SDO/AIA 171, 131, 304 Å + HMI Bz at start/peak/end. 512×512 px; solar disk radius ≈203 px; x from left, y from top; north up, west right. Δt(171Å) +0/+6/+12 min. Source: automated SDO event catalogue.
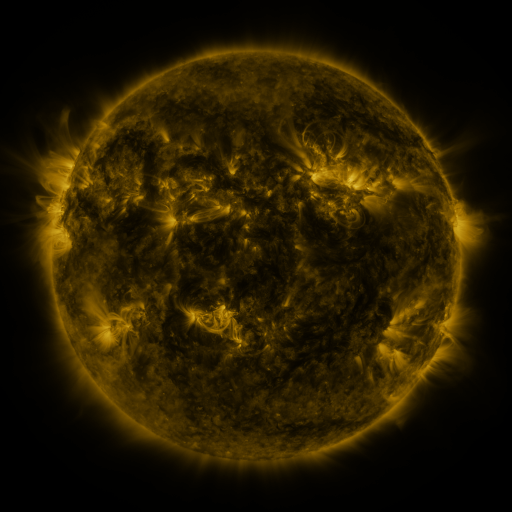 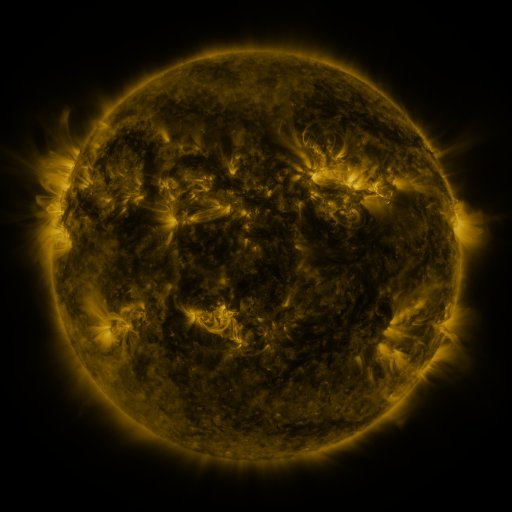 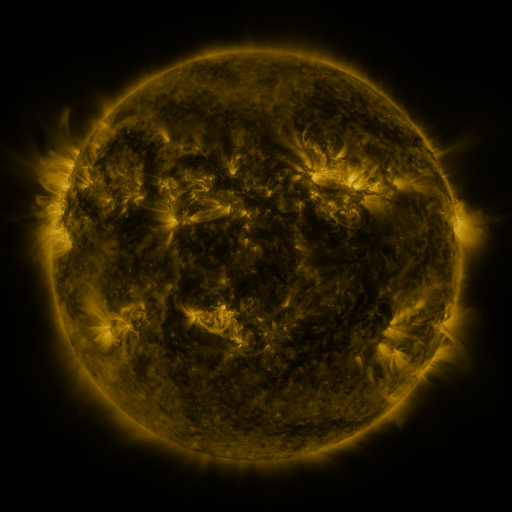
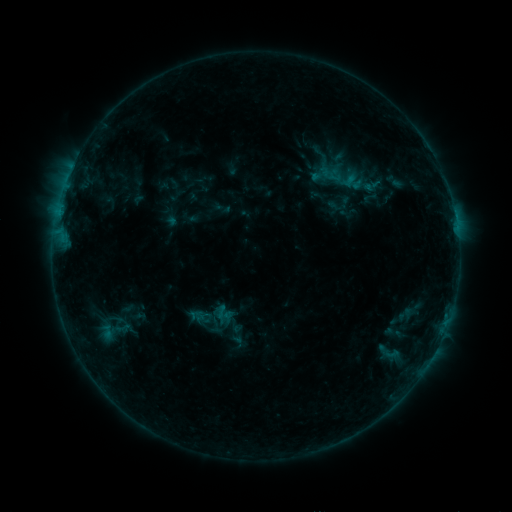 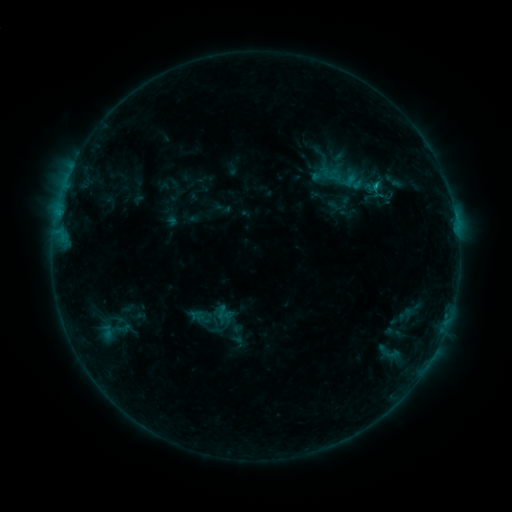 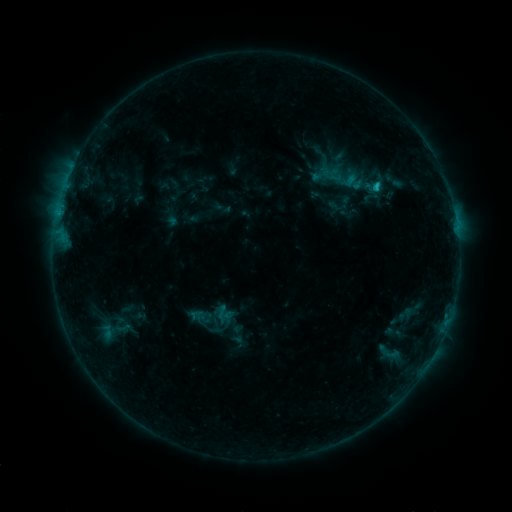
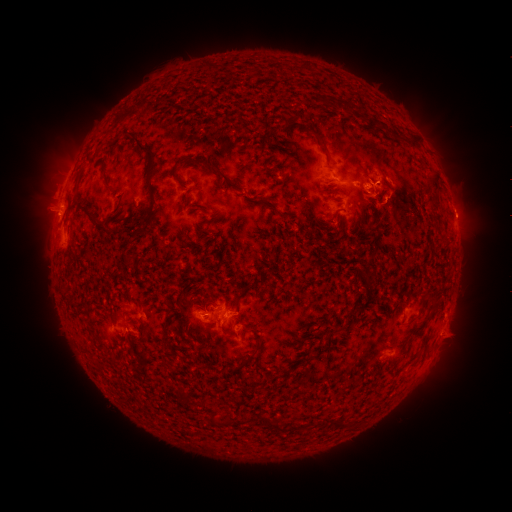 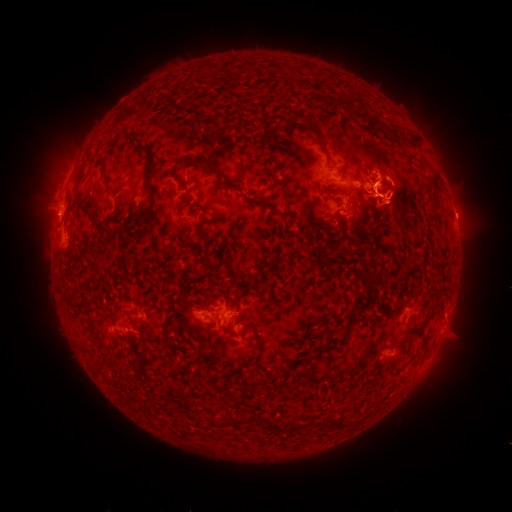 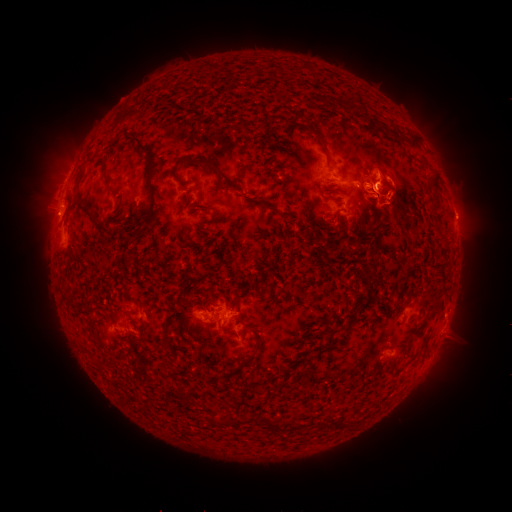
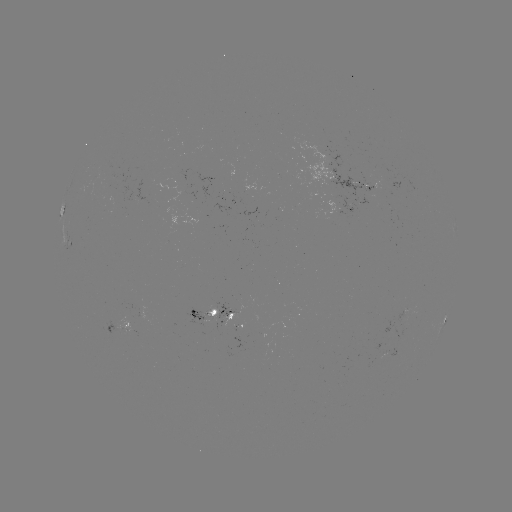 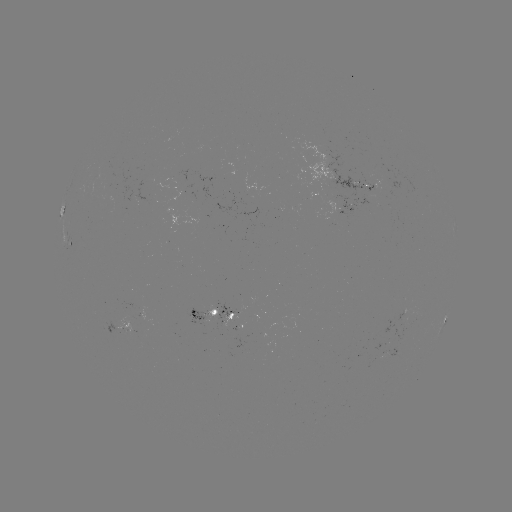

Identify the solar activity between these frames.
eruption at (394, 205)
